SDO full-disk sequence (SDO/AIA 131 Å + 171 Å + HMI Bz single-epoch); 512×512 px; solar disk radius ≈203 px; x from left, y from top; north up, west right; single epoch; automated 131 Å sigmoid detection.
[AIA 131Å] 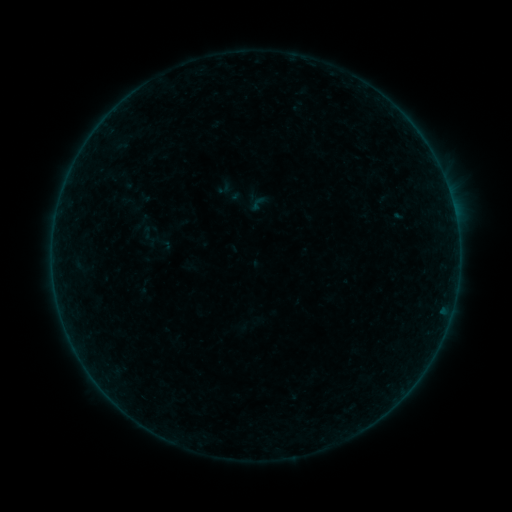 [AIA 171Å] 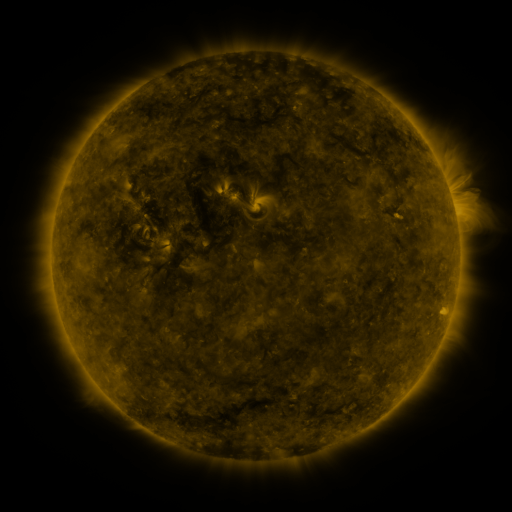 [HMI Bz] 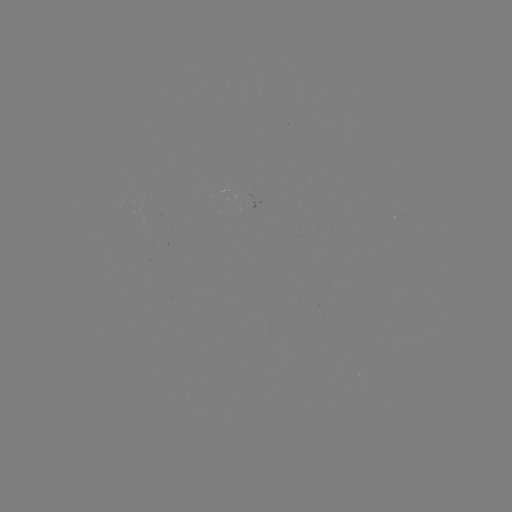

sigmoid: (137, 225, 160, 249)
